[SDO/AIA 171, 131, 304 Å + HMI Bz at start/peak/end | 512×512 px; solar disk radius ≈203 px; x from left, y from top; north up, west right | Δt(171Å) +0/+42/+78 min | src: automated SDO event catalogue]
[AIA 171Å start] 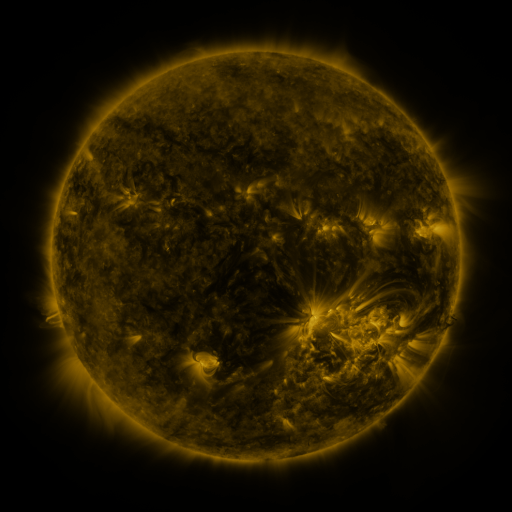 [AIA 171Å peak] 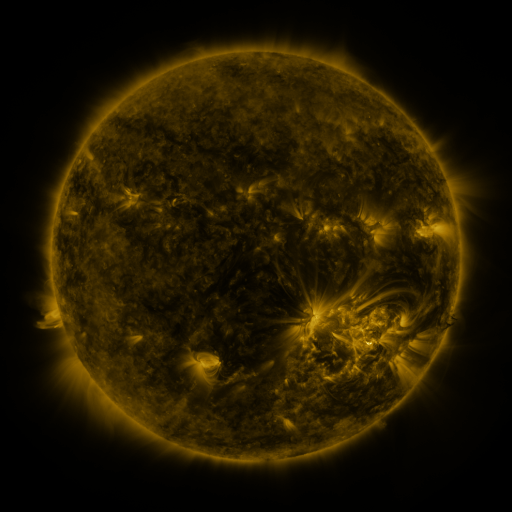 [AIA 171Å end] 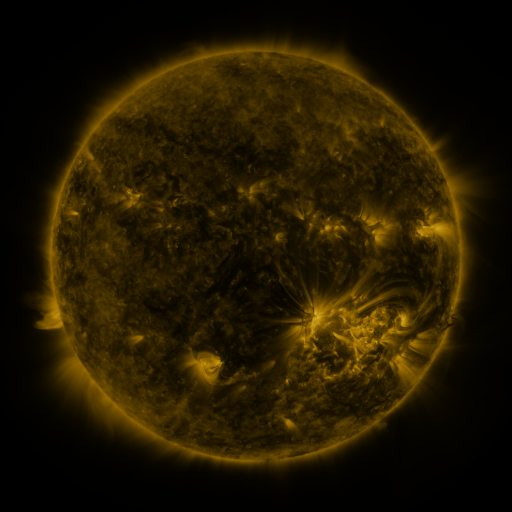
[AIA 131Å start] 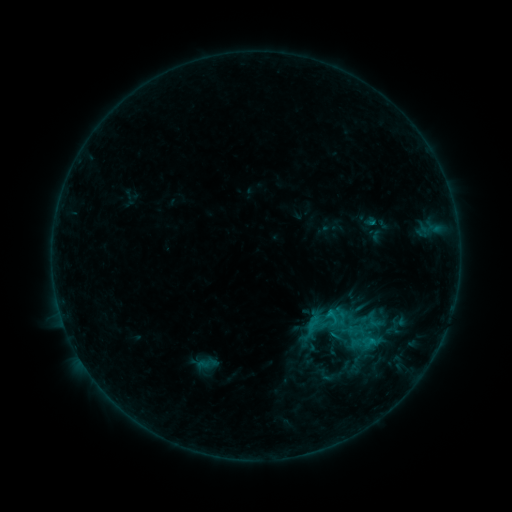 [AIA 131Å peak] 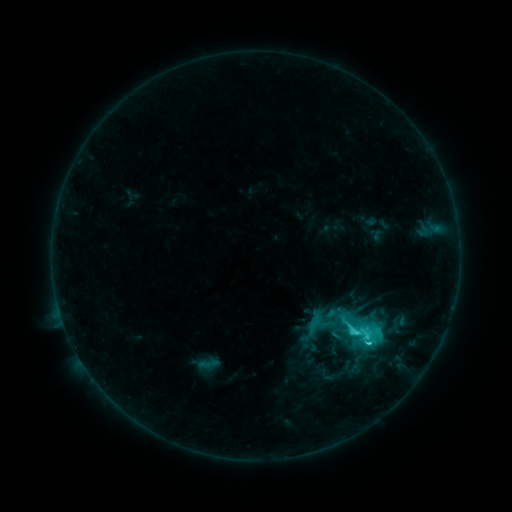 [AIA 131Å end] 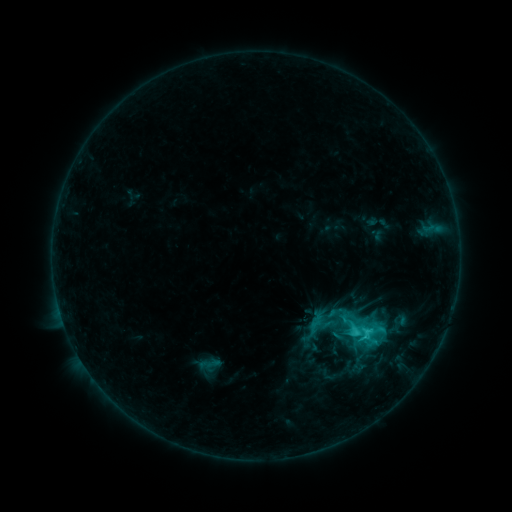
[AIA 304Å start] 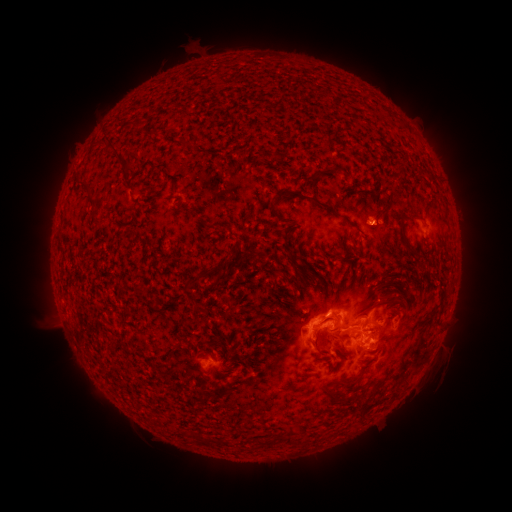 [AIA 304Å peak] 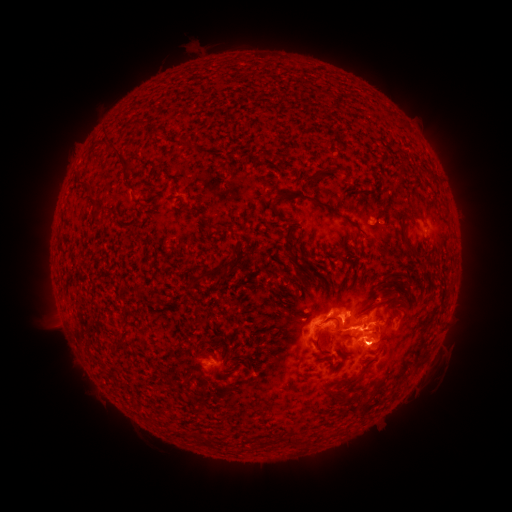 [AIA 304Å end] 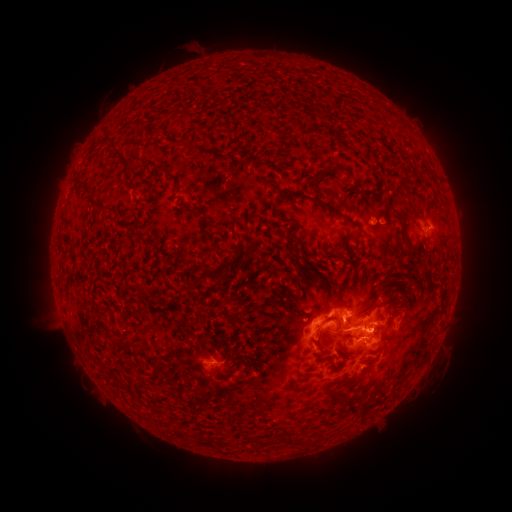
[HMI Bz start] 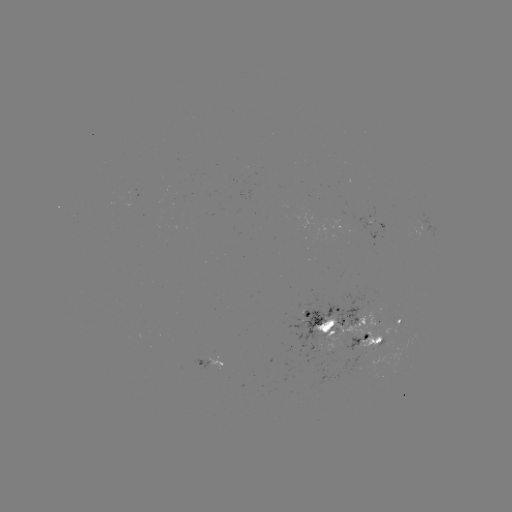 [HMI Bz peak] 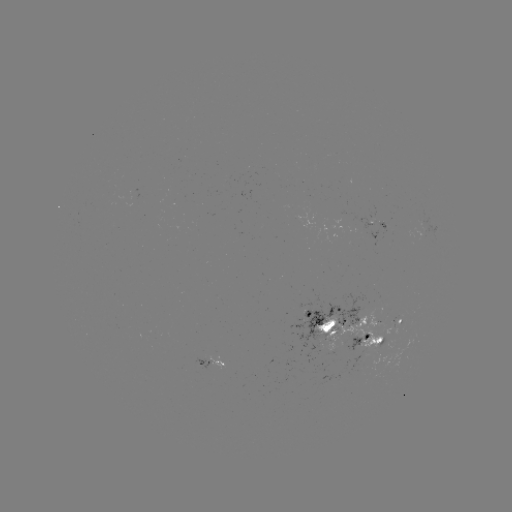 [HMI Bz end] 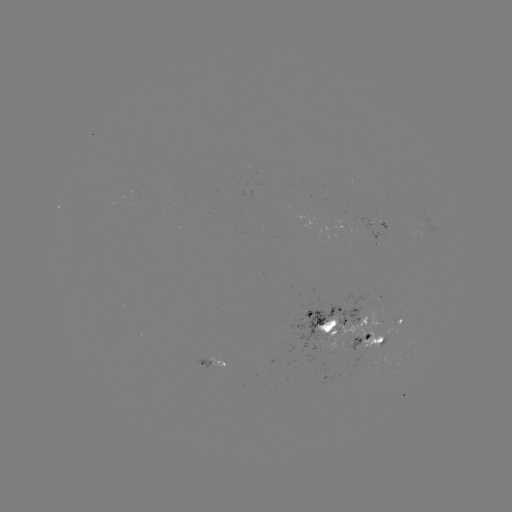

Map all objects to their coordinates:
C5.0 flare: (352, 331)
